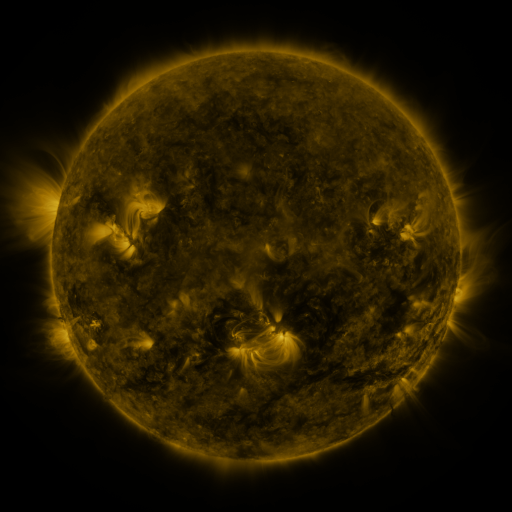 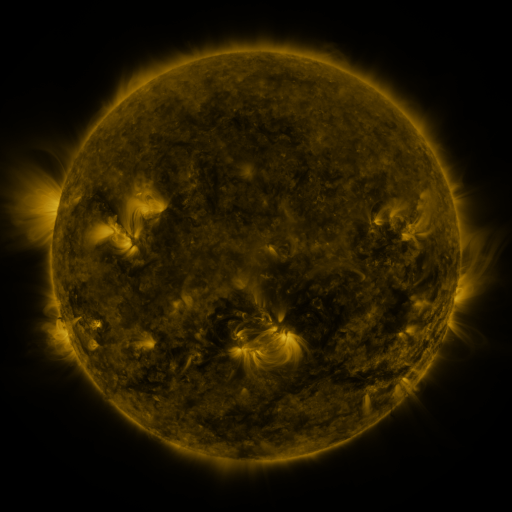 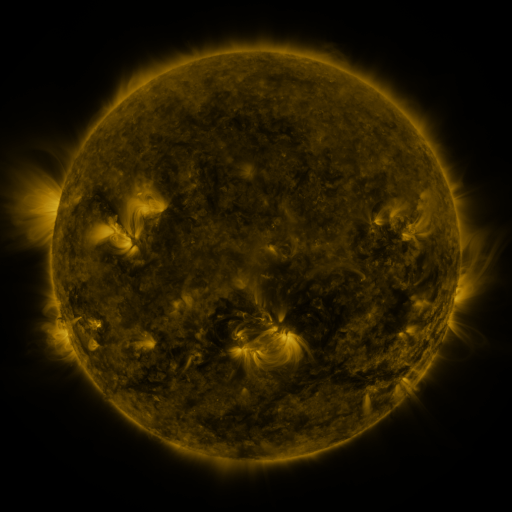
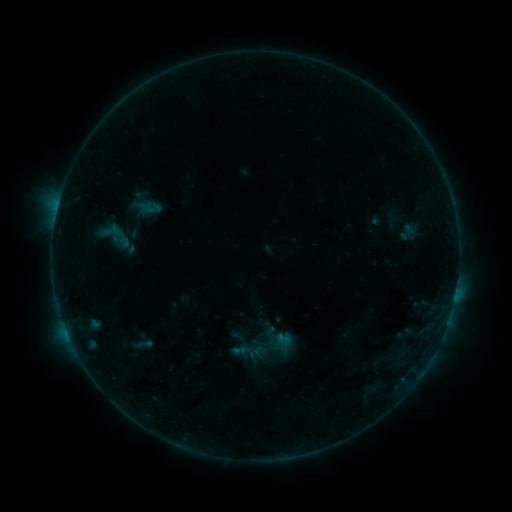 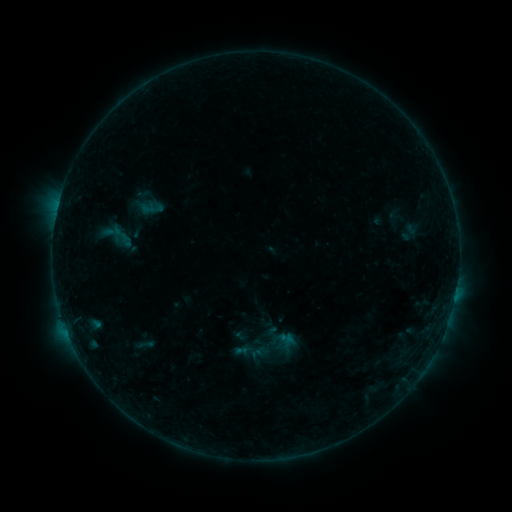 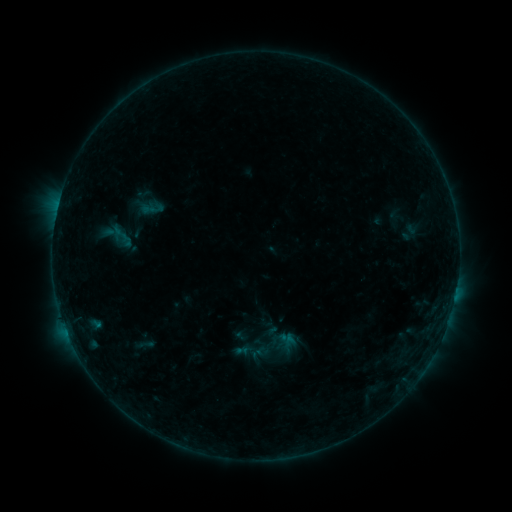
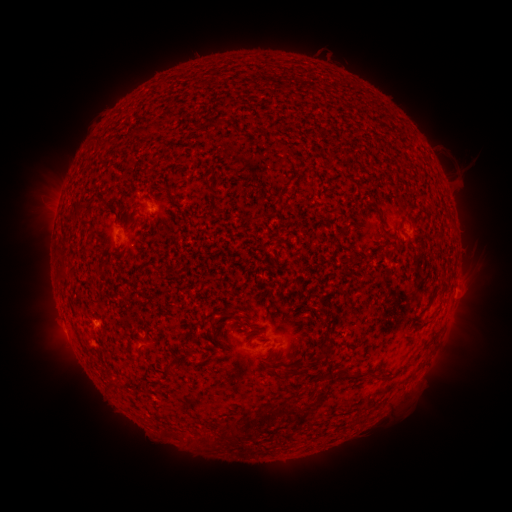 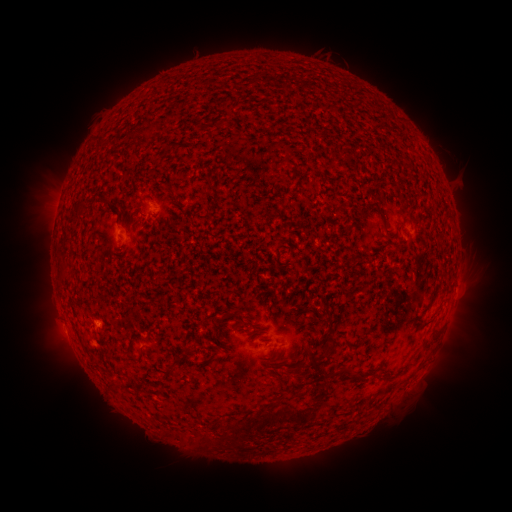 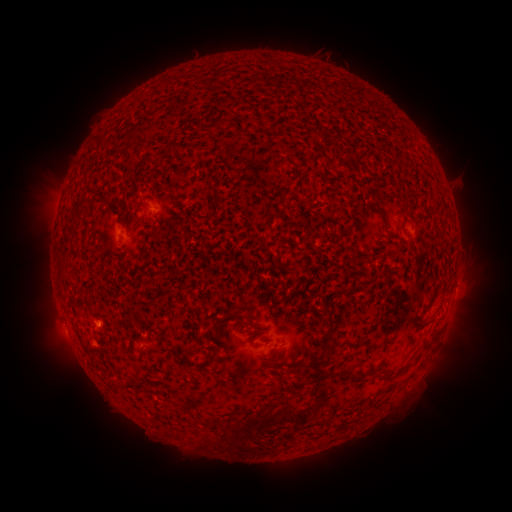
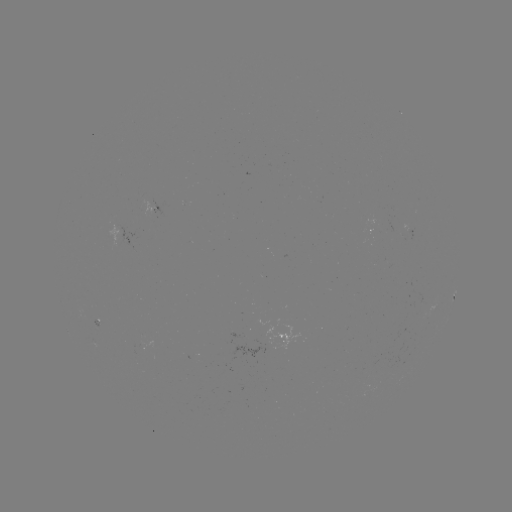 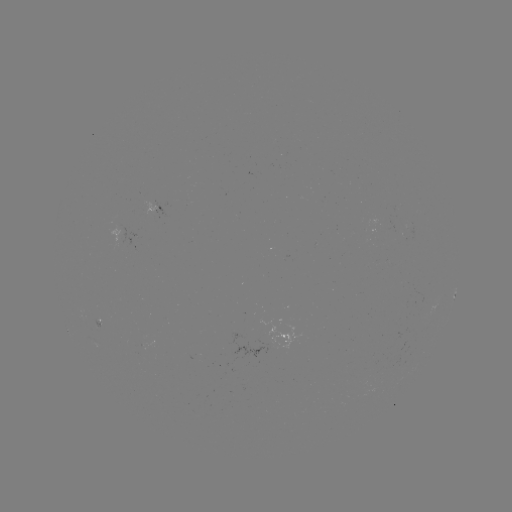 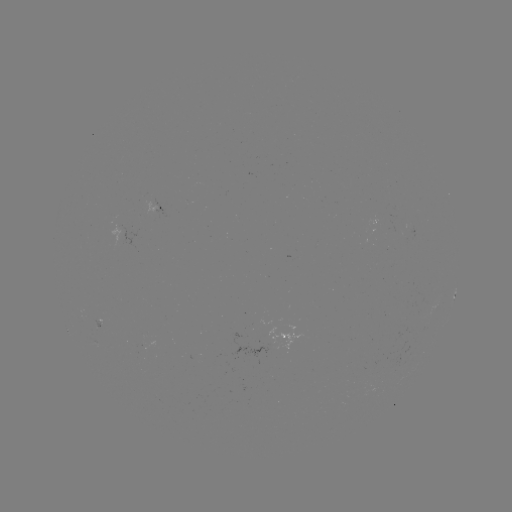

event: emerging-flux region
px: (257, 334)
